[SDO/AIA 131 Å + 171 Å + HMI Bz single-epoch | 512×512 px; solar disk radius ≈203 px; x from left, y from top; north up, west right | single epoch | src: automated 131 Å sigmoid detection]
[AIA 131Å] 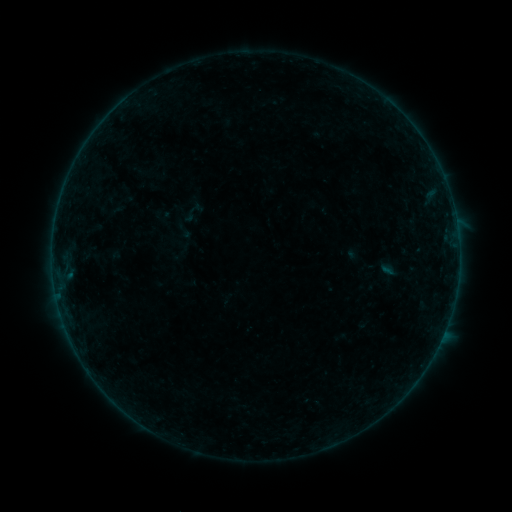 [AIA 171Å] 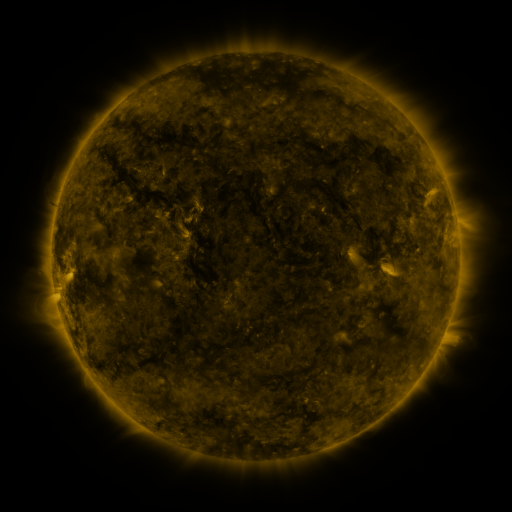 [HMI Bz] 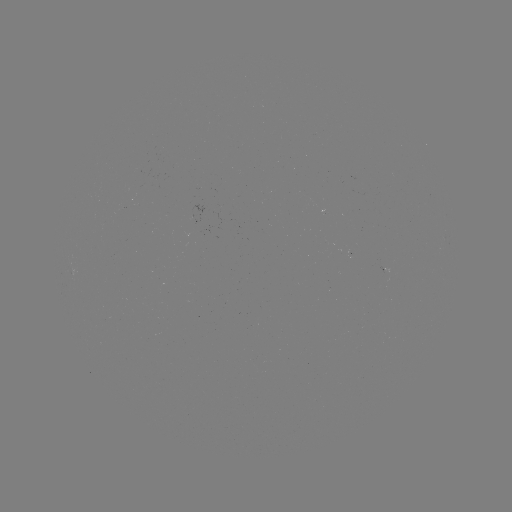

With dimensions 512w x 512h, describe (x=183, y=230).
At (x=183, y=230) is sigmoid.